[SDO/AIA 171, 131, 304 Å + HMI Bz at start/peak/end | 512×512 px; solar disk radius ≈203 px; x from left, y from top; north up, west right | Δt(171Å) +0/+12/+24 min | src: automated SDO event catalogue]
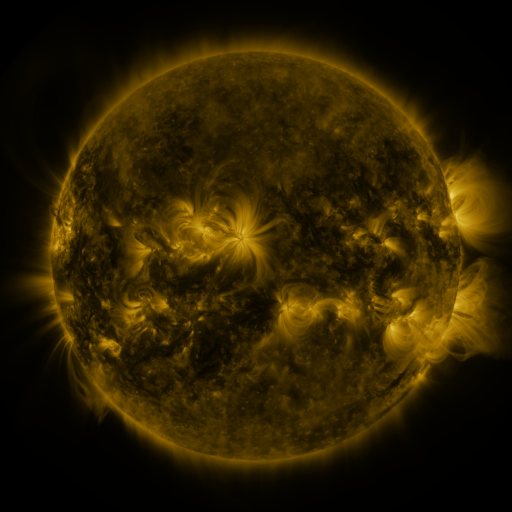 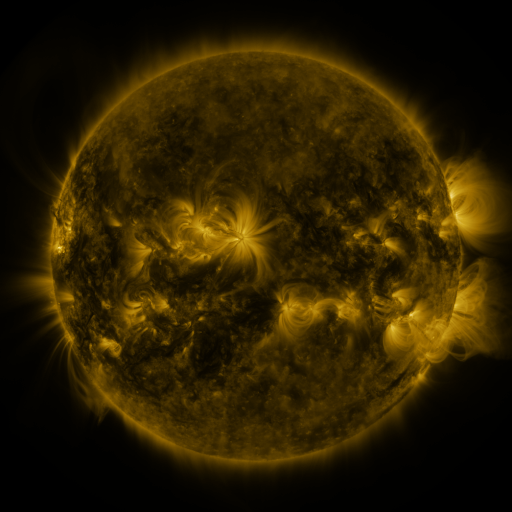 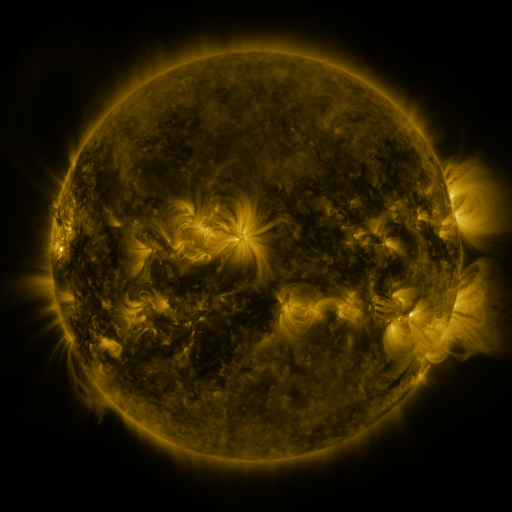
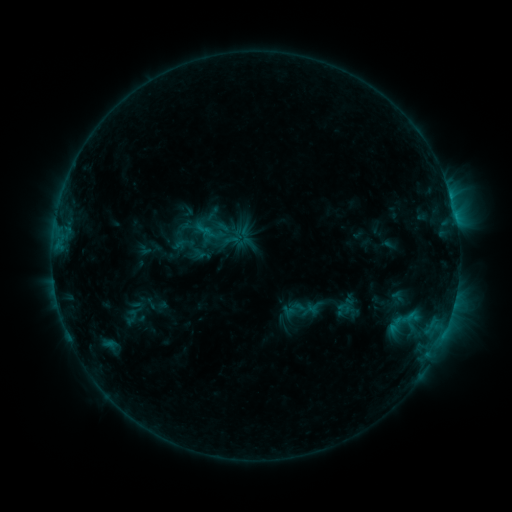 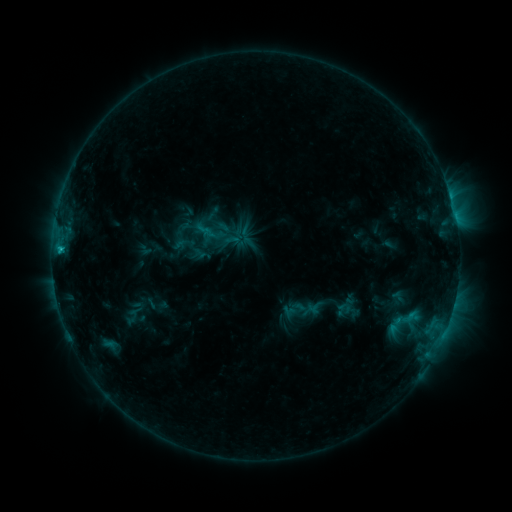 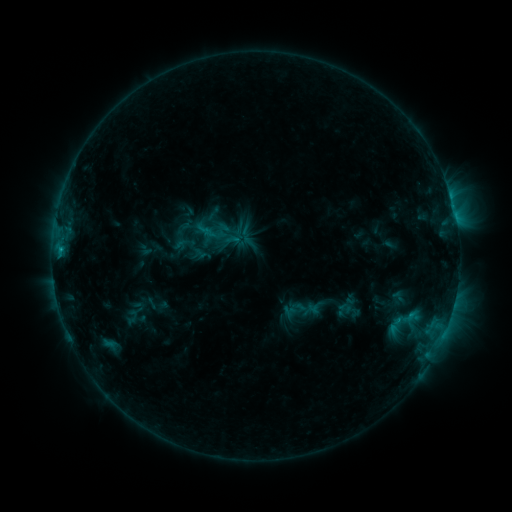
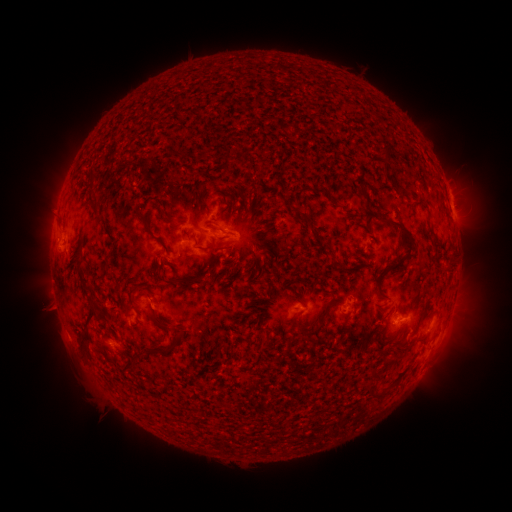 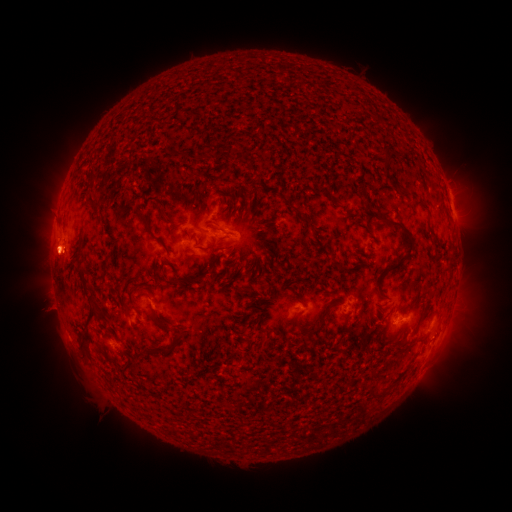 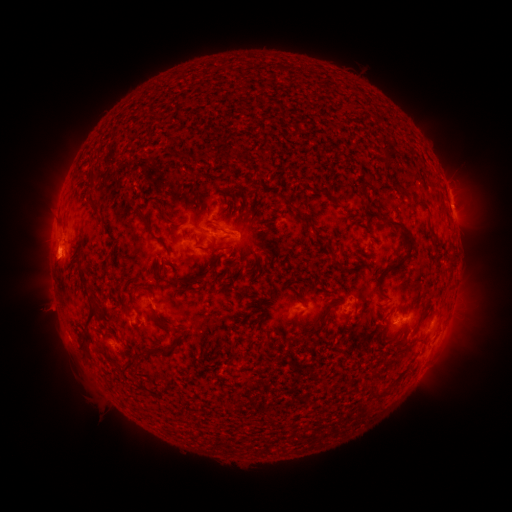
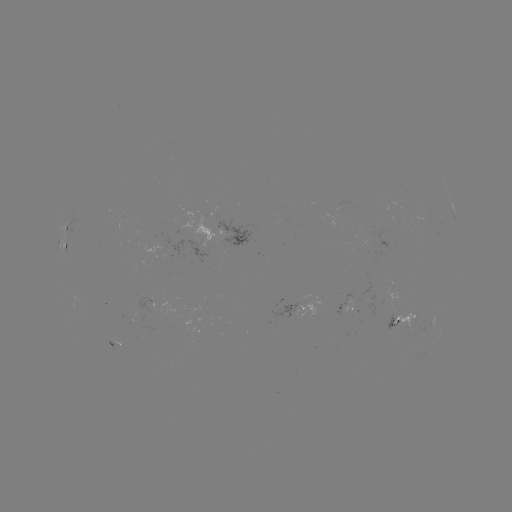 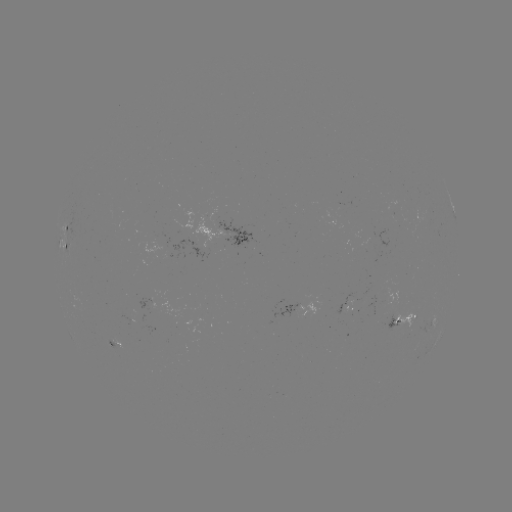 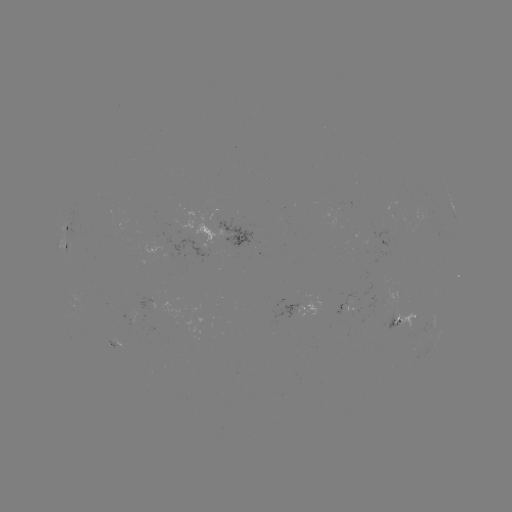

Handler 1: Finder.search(eruption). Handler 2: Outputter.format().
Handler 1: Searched eruption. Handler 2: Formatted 55,262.